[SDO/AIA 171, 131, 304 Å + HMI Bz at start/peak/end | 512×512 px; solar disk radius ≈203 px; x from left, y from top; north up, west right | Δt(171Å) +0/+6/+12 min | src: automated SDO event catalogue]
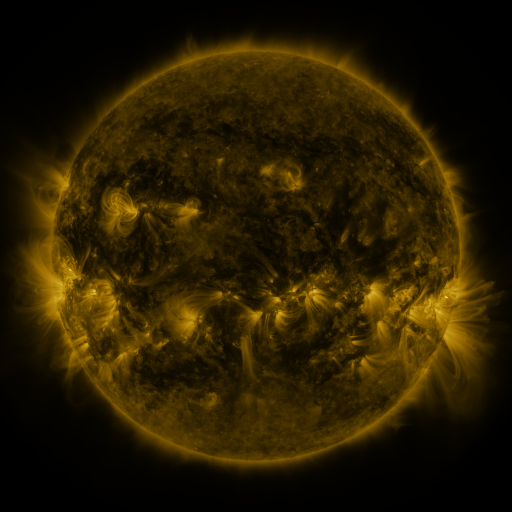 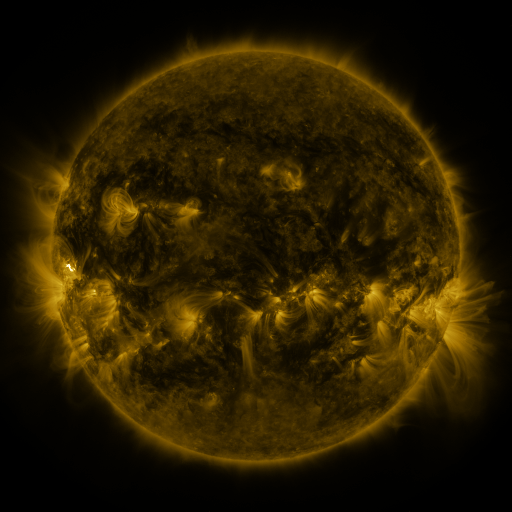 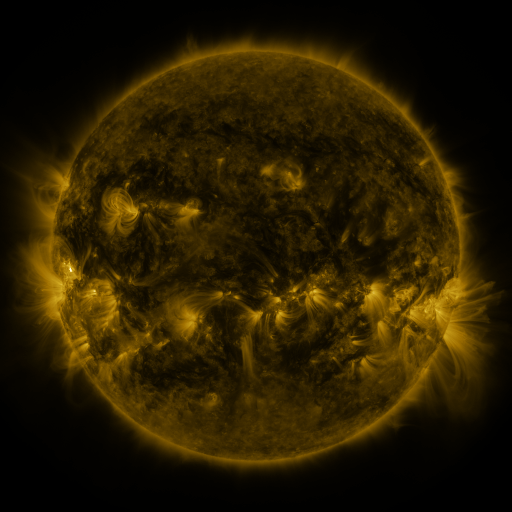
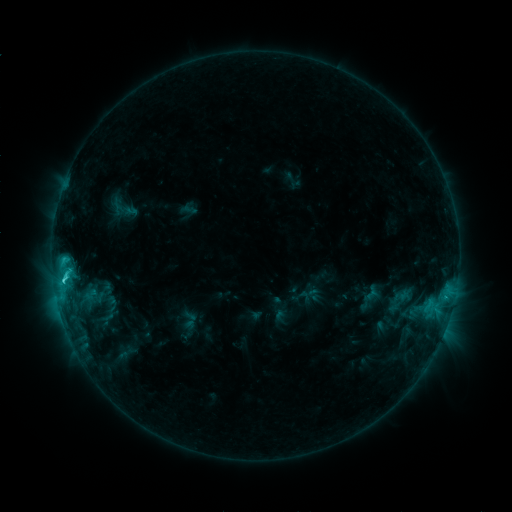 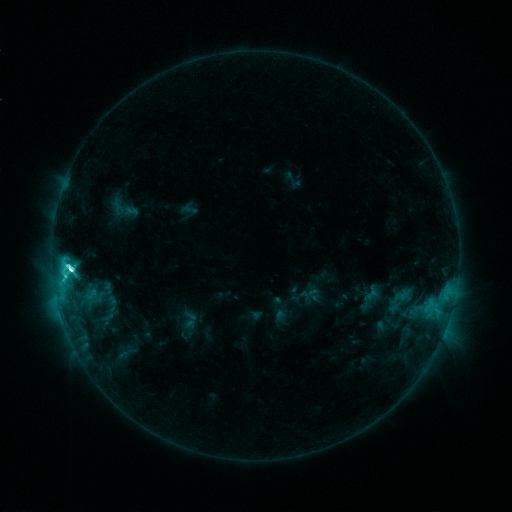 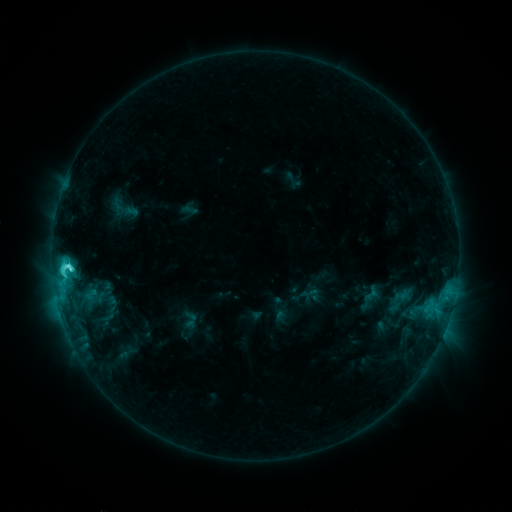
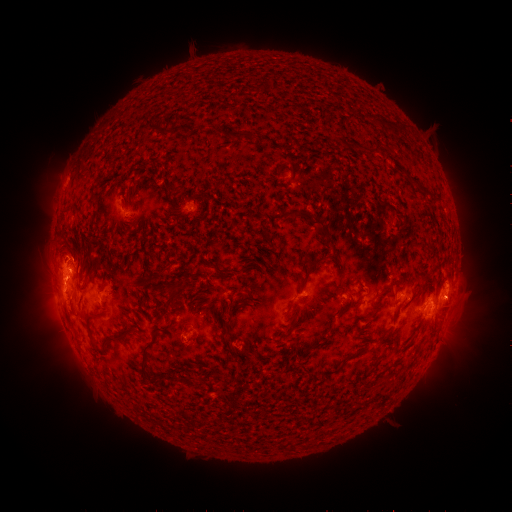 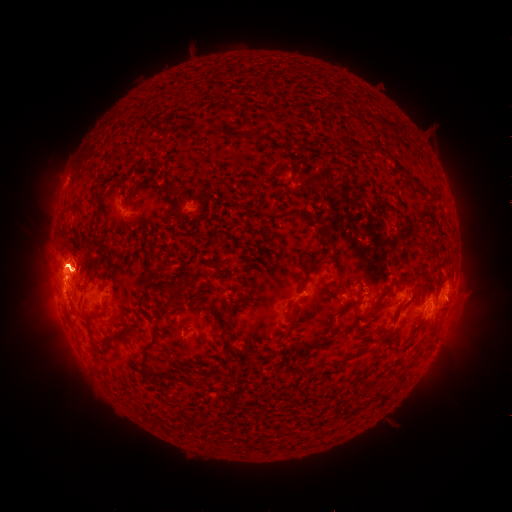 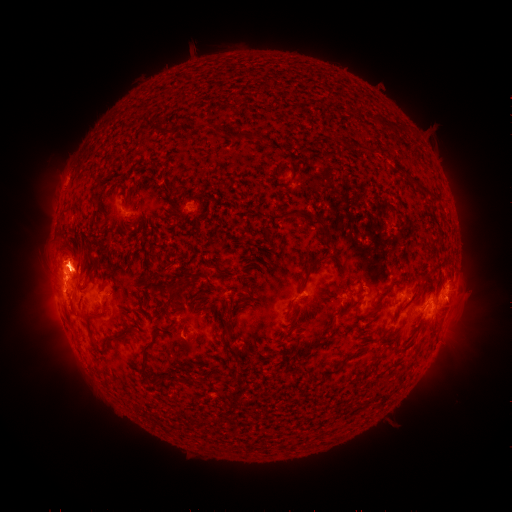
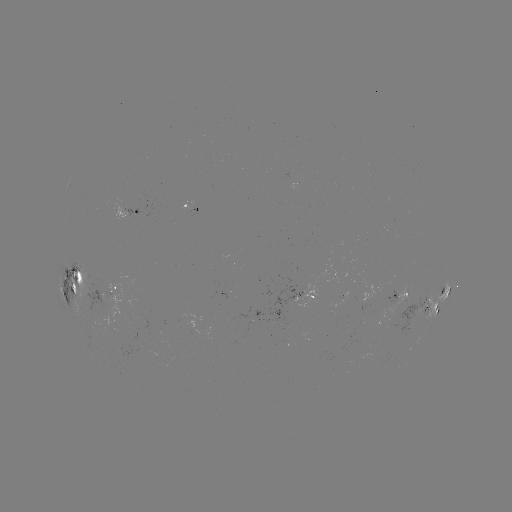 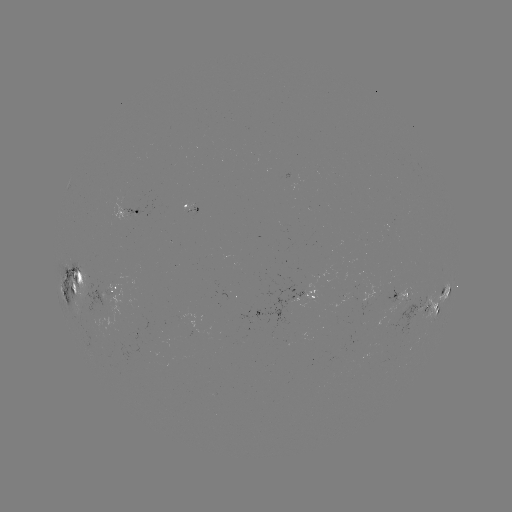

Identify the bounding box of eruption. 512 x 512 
[27, 152, 90, 231].